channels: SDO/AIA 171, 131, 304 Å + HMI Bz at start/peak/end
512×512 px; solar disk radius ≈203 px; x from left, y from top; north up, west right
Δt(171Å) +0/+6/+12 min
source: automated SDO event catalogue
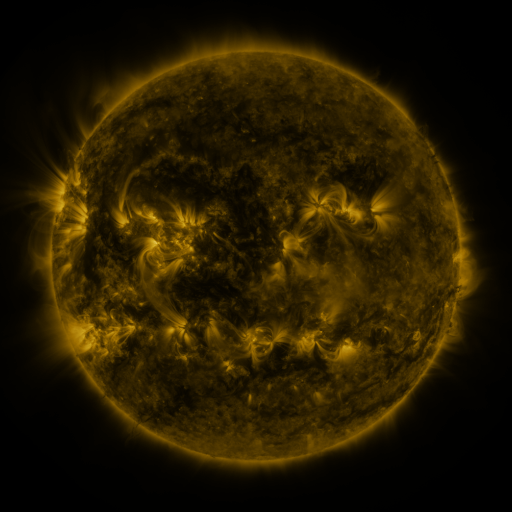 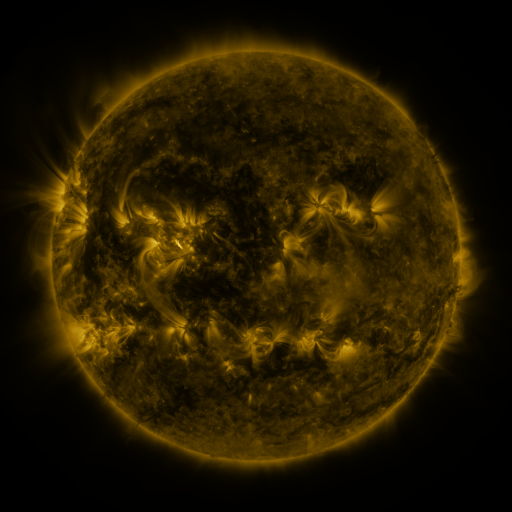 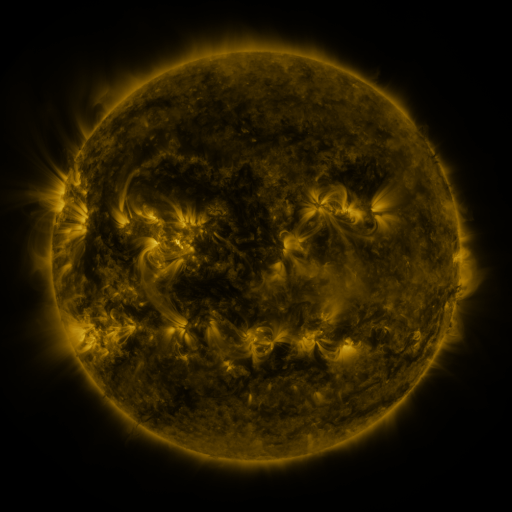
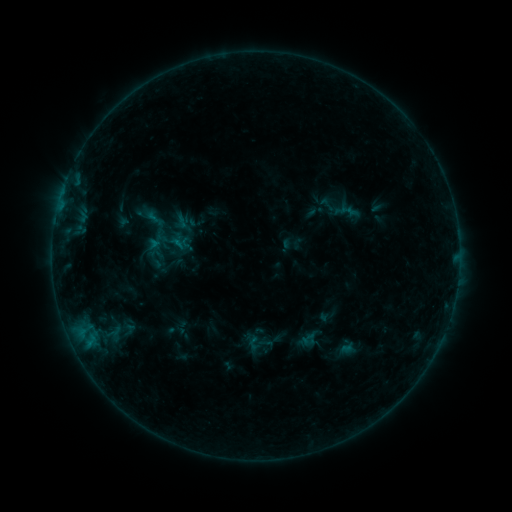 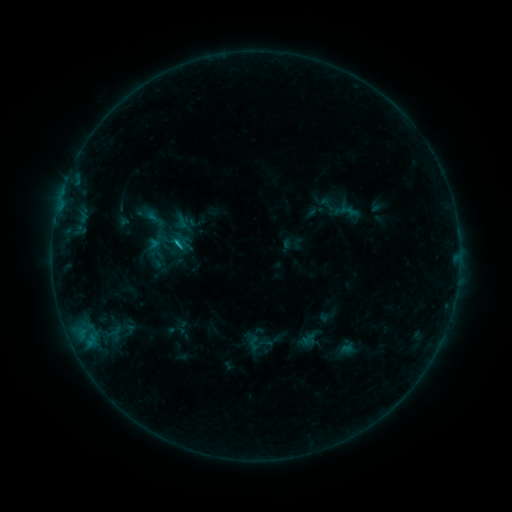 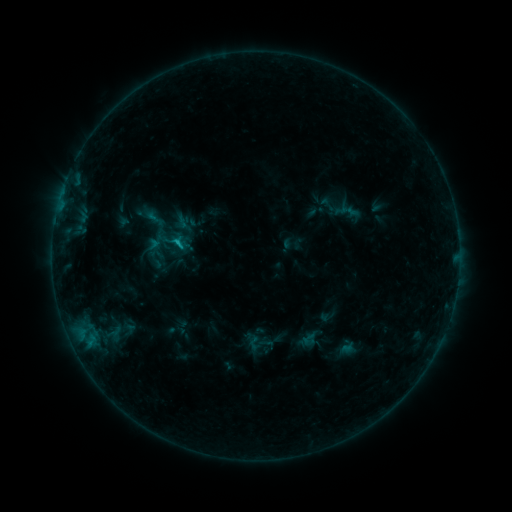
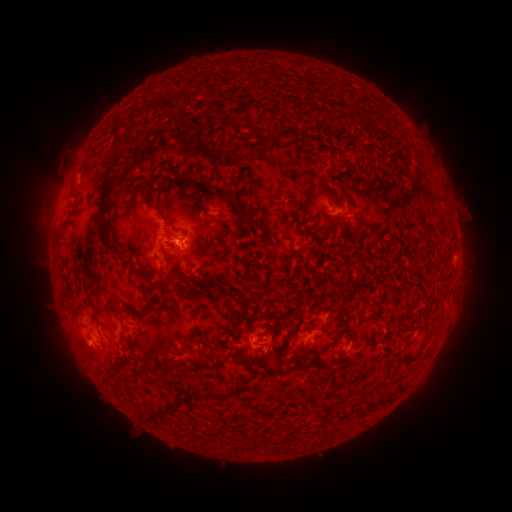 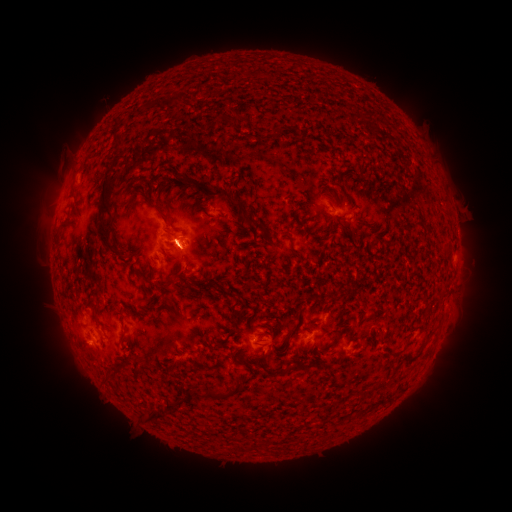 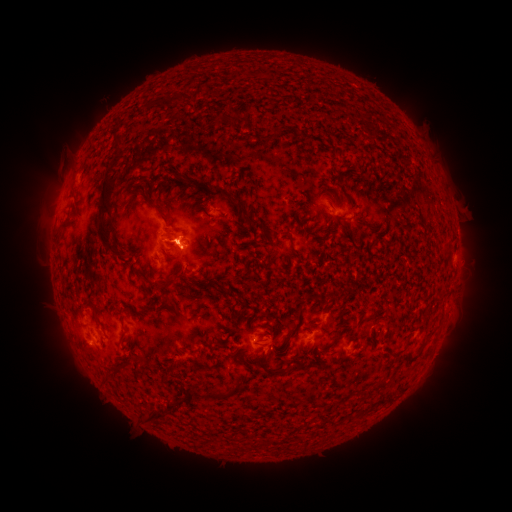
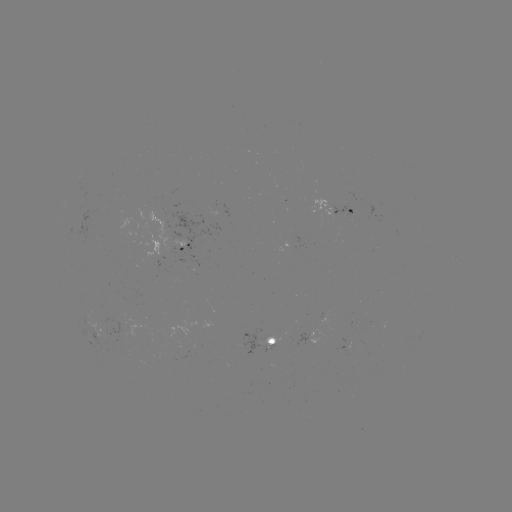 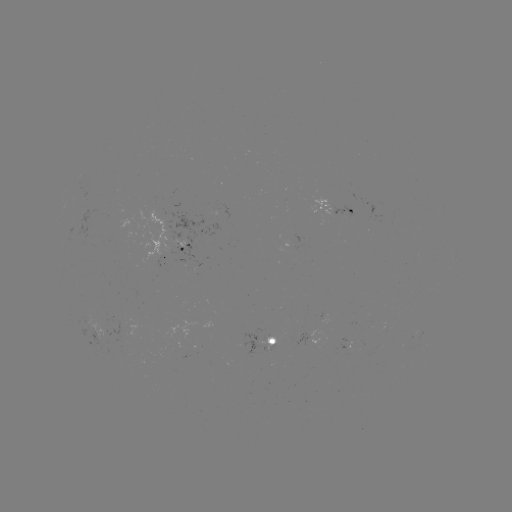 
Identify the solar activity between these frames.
B8.1 flare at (180, 247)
